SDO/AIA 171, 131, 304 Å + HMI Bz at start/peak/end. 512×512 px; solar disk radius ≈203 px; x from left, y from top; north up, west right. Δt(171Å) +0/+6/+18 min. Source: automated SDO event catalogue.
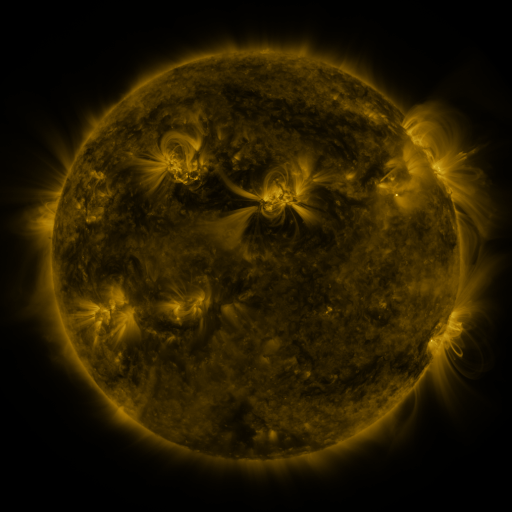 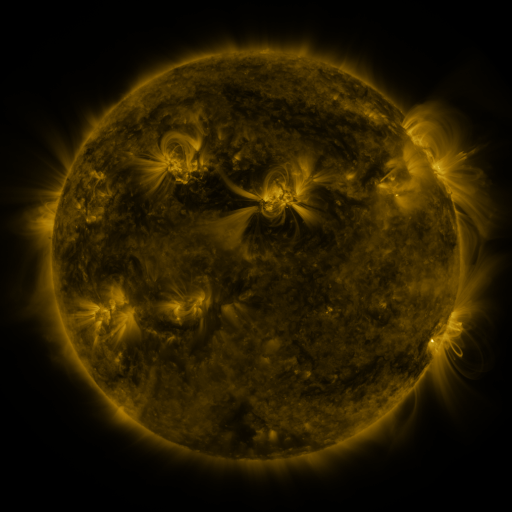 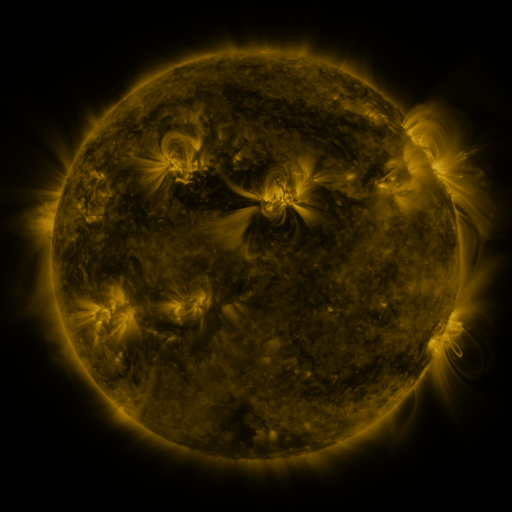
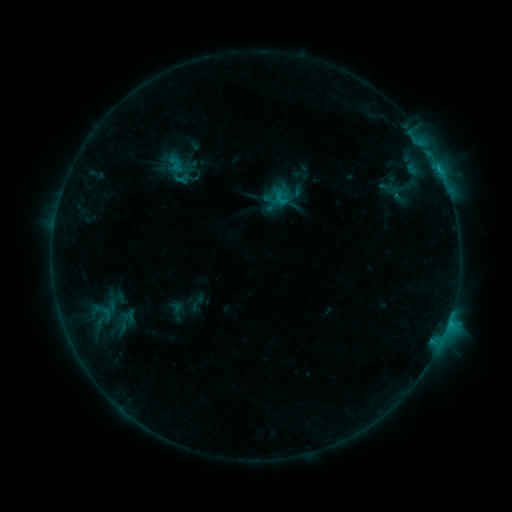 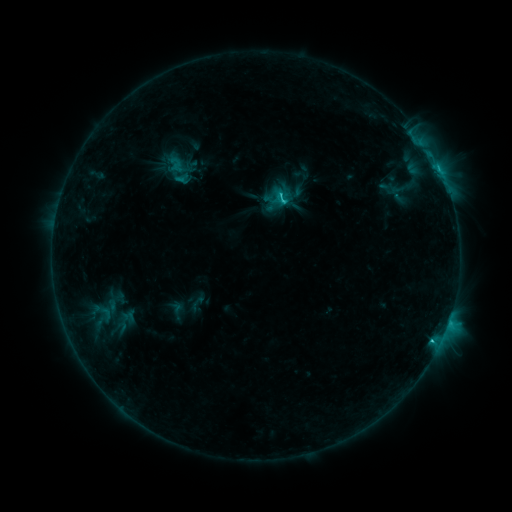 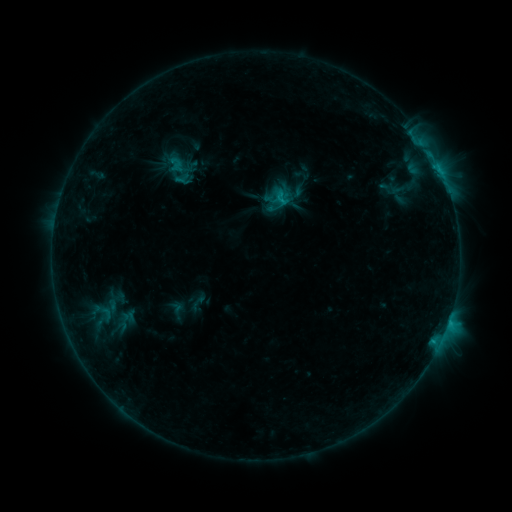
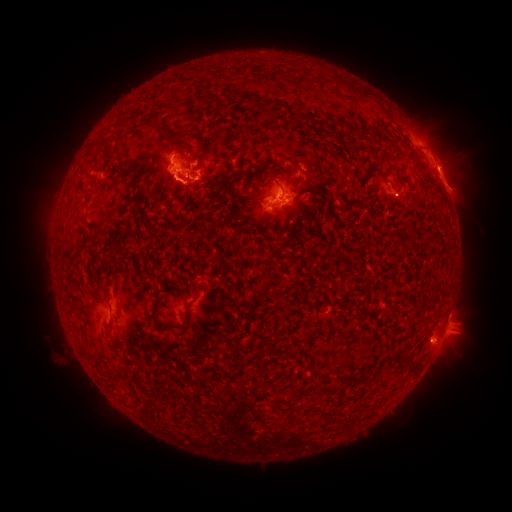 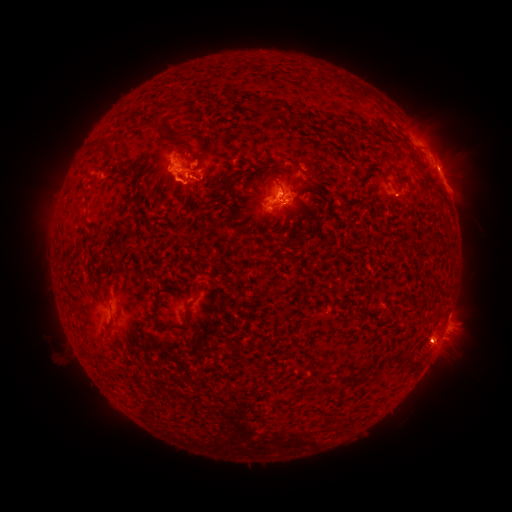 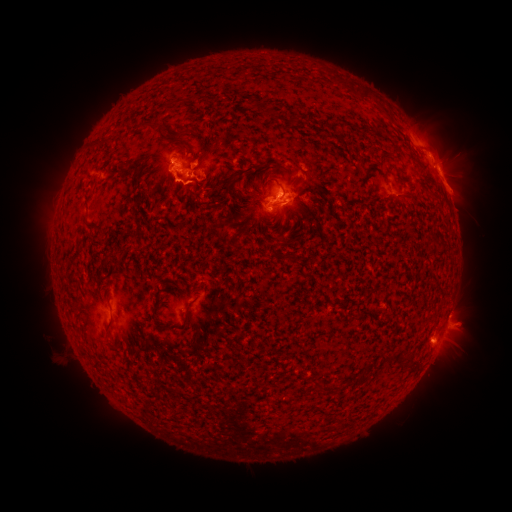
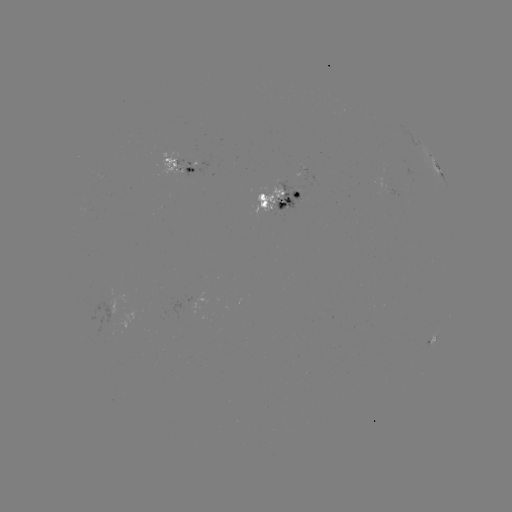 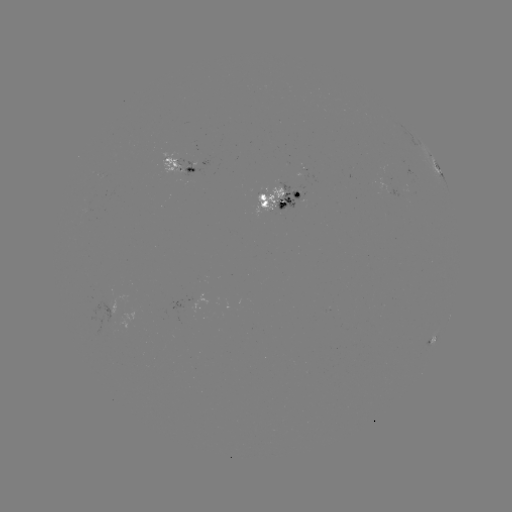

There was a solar eruption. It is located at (203, 182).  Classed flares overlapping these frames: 1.